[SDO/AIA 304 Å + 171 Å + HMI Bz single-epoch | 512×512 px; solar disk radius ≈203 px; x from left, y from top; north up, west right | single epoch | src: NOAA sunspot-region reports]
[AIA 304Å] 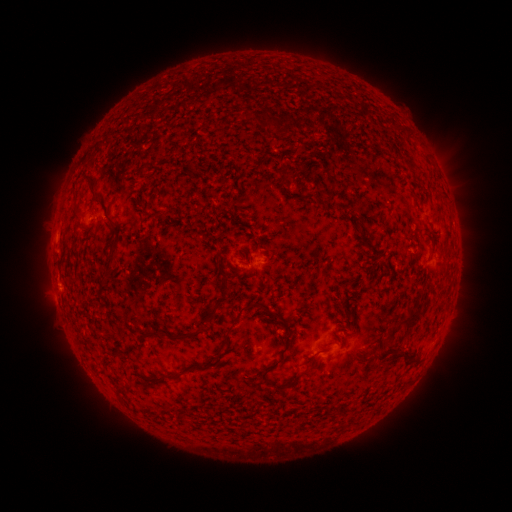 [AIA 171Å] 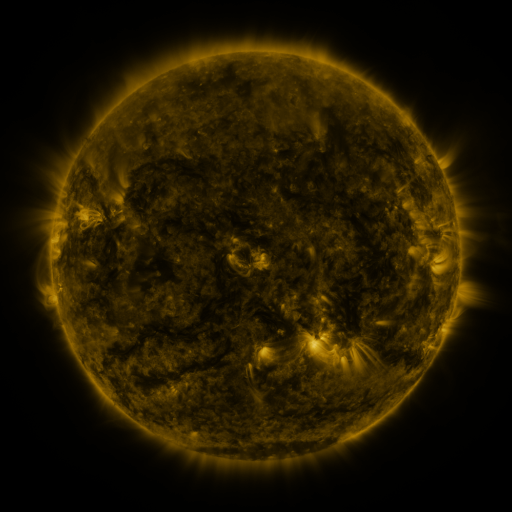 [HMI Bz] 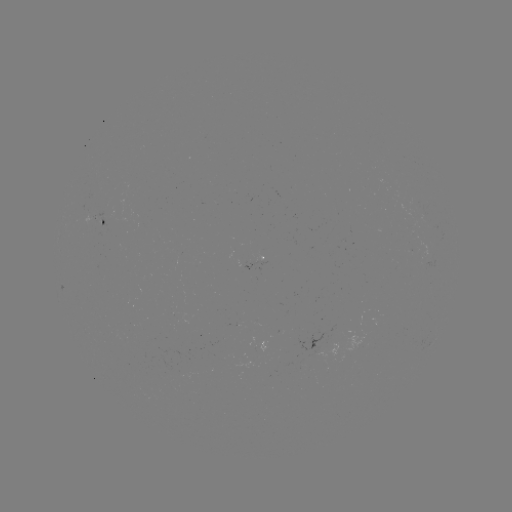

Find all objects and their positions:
spotted active region: (103, 226)
spotted active region: (263, 260)
